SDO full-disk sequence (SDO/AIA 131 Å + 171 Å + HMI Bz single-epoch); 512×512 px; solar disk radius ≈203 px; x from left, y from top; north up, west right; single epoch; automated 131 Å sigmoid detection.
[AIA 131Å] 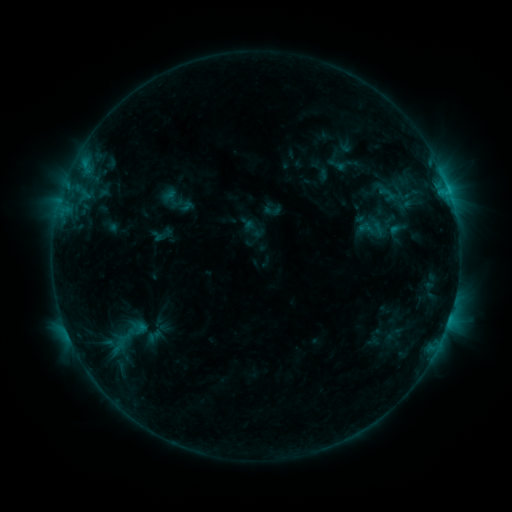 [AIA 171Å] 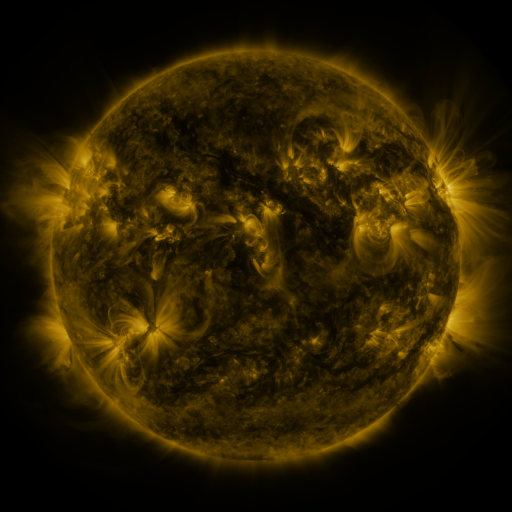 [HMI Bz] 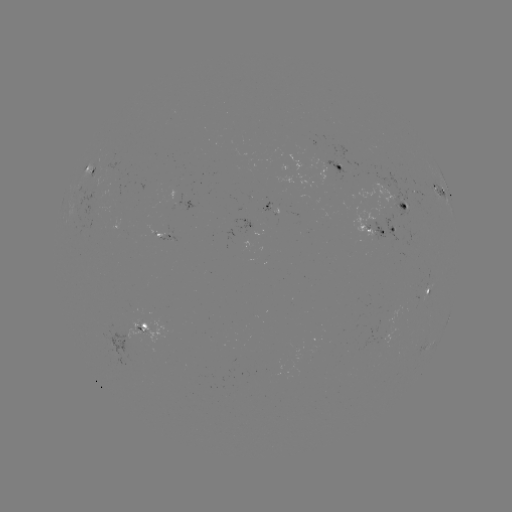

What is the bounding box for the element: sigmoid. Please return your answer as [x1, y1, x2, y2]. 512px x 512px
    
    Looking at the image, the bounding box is [352, 212, 391, 244].